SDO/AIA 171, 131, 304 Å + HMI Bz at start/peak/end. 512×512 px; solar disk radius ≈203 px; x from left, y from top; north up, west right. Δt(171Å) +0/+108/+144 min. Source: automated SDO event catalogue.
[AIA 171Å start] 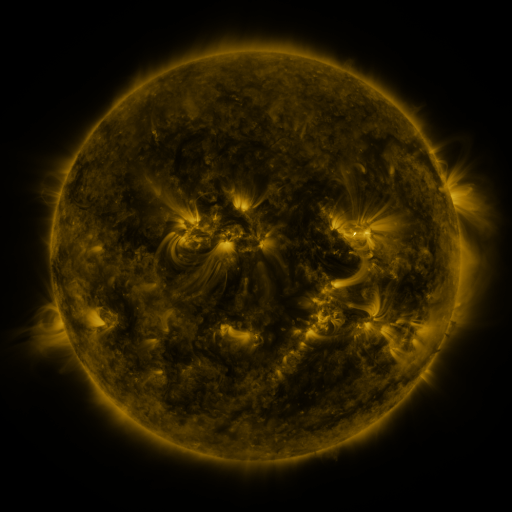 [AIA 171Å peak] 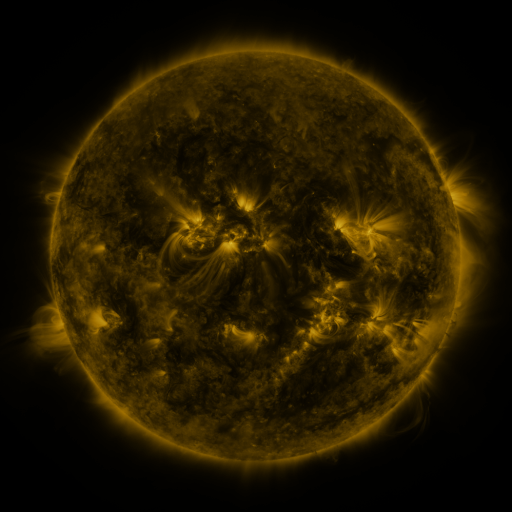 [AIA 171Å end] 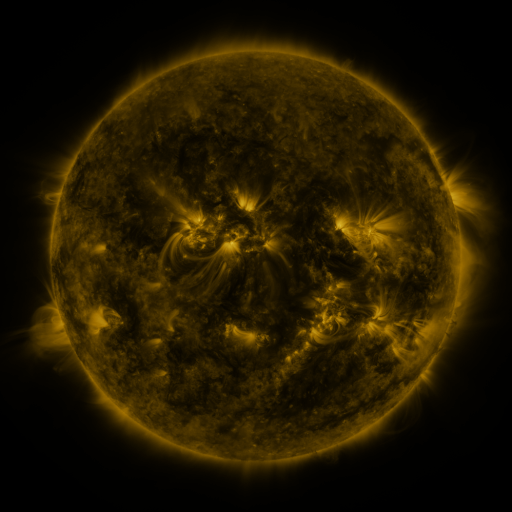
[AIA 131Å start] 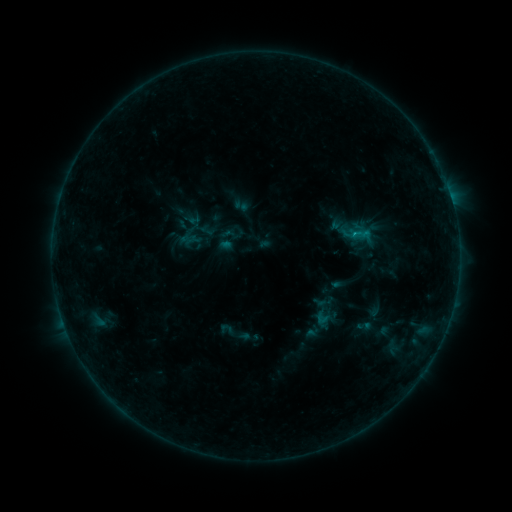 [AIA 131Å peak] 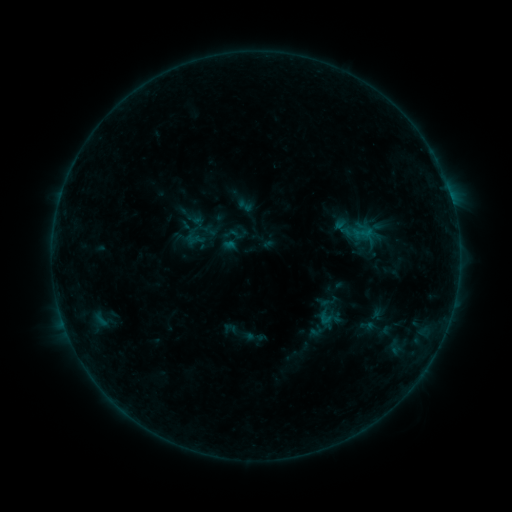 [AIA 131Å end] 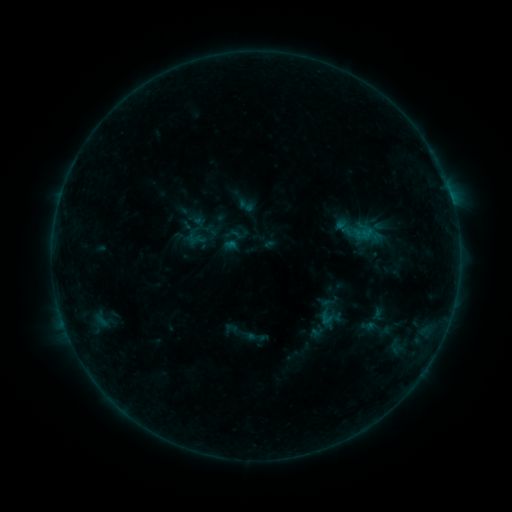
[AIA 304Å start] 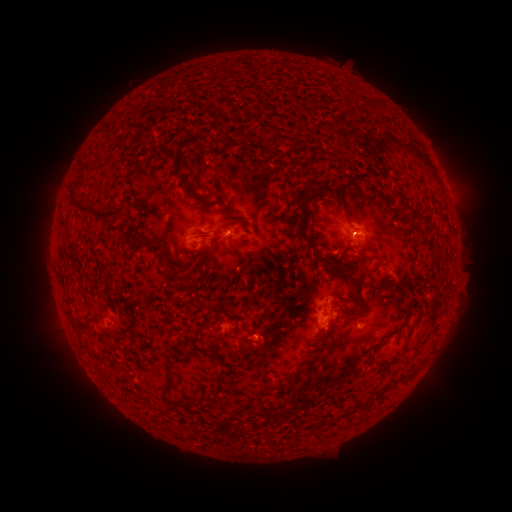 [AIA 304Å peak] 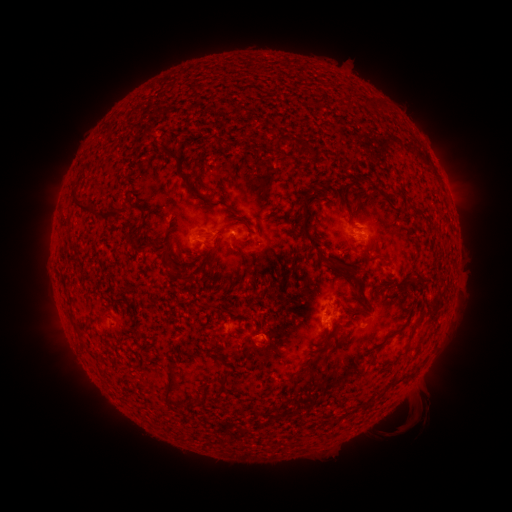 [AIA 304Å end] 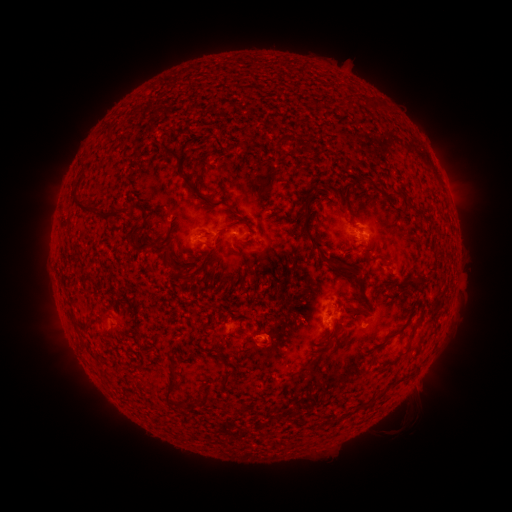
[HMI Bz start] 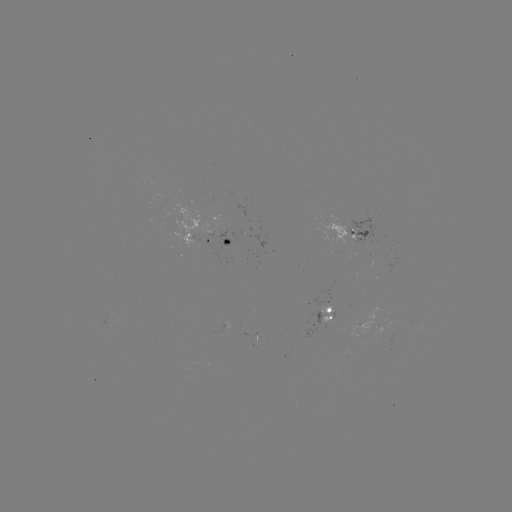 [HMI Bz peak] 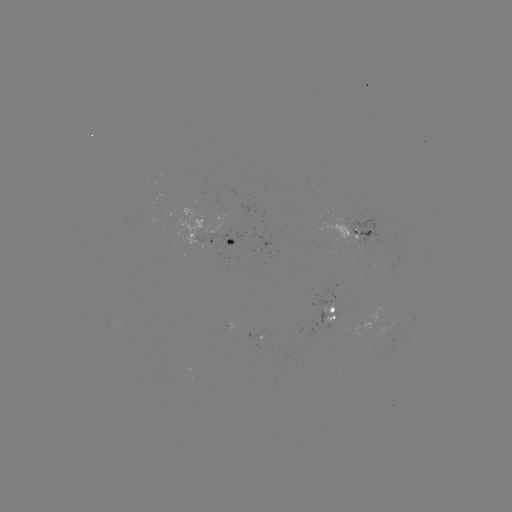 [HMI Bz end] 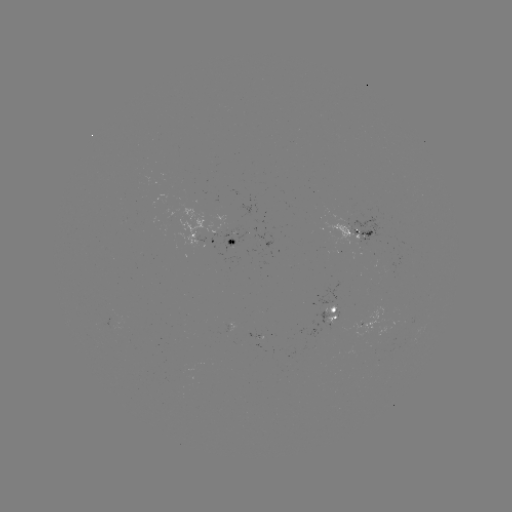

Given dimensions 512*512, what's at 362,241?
emerging-flux region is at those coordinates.